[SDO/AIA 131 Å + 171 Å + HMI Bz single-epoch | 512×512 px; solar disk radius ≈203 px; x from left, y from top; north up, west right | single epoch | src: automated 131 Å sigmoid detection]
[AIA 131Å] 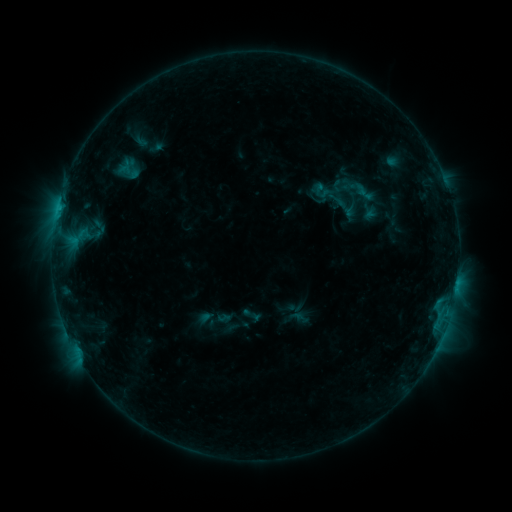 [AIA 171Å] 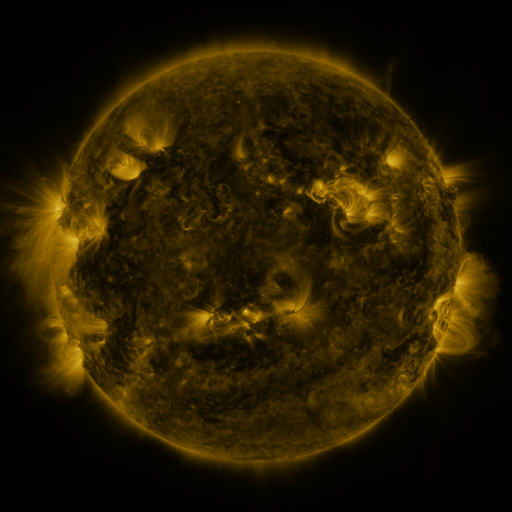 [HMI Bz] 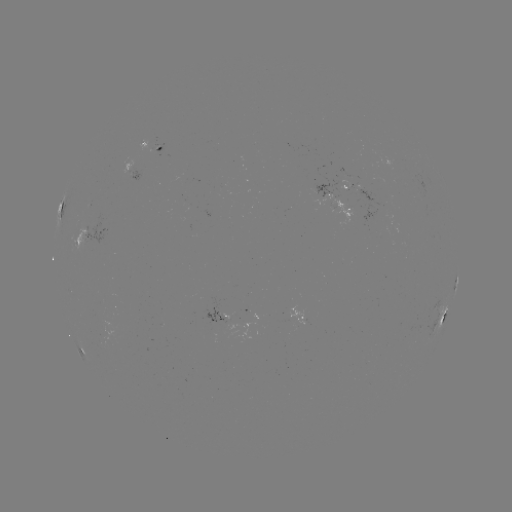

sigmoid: [324, 189, 348, 210]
